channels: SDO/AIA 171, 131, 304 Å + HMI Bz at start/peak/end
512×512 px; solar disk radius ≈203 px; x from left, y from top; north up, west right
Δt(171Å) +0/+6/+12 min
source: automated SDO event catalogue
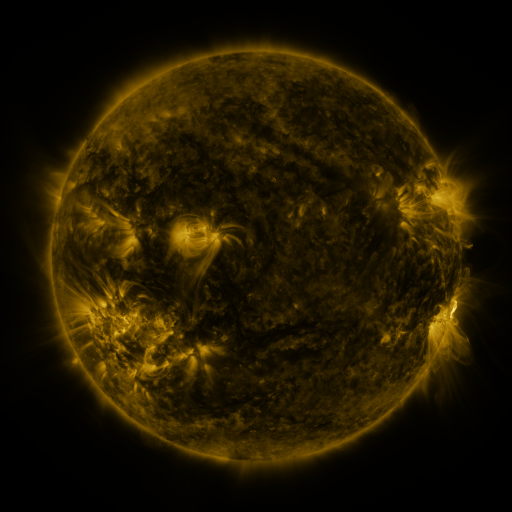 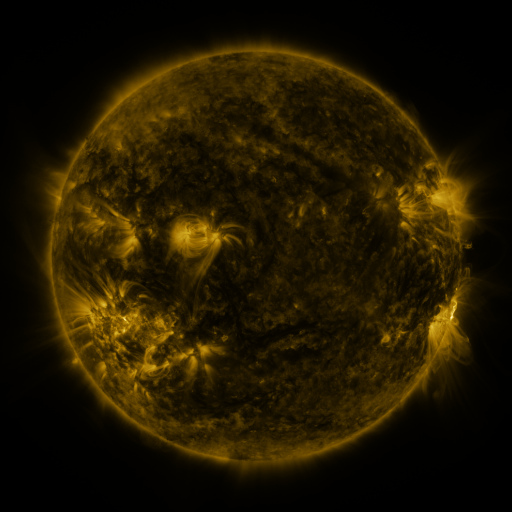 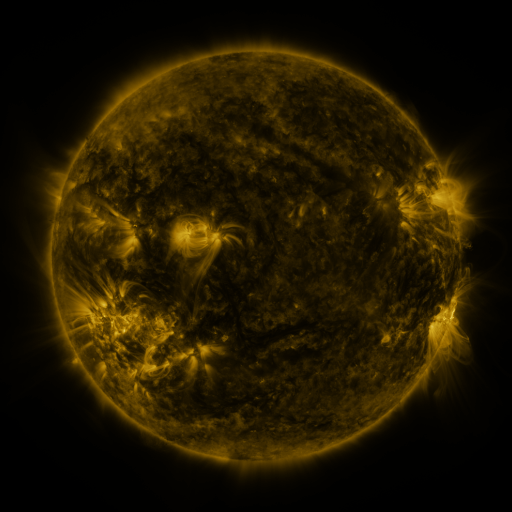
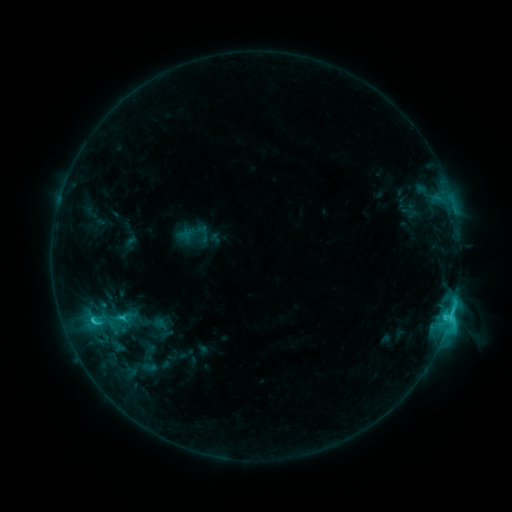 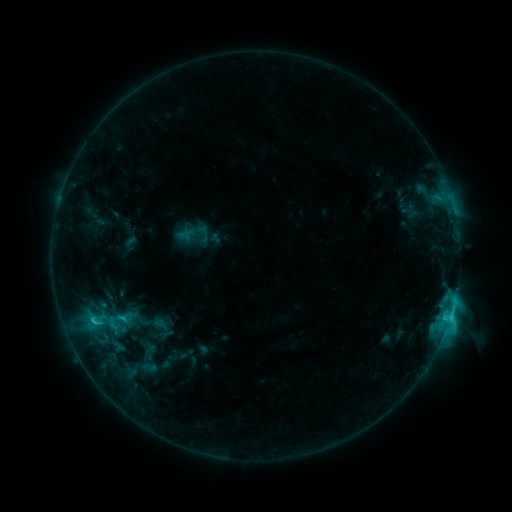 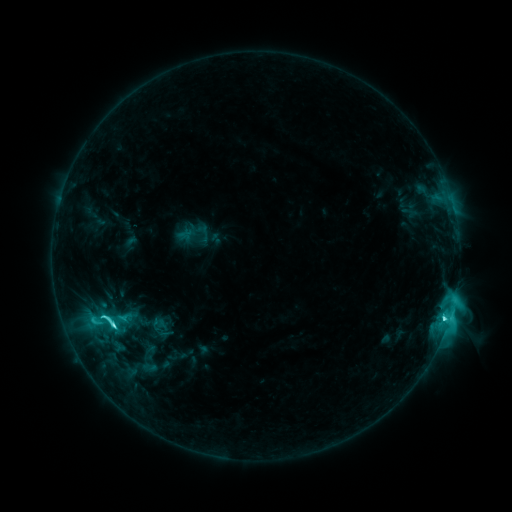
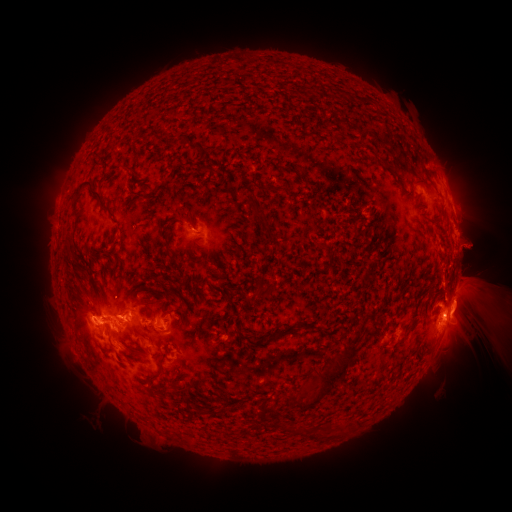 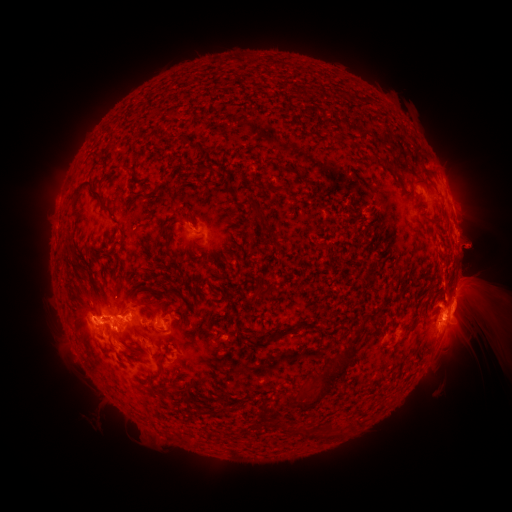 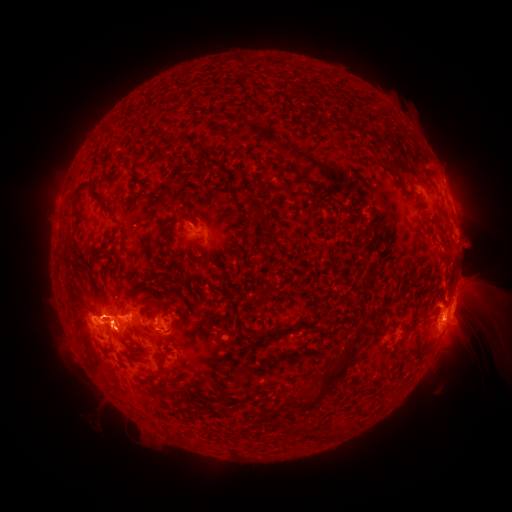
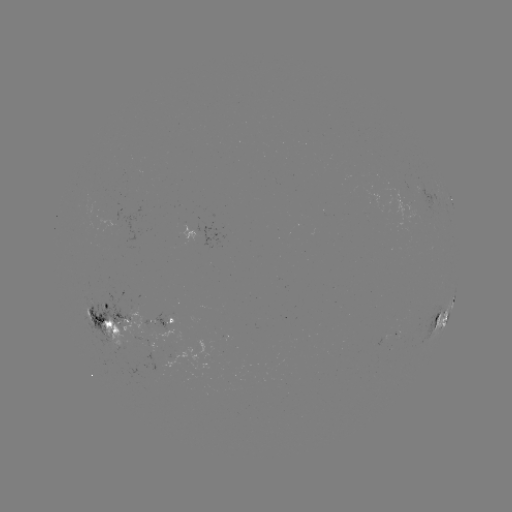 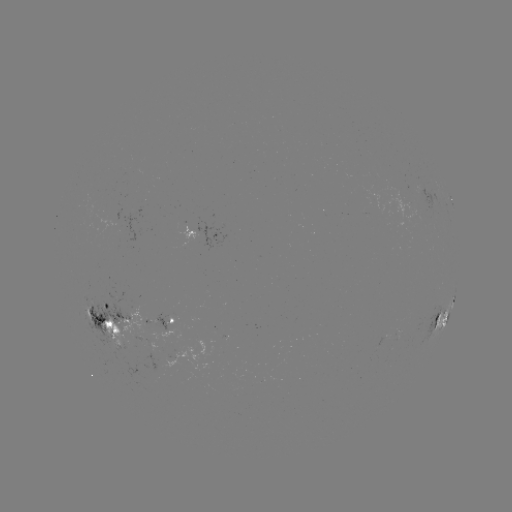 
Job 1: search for eruption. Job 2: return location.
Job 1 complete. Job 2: [128, 298].